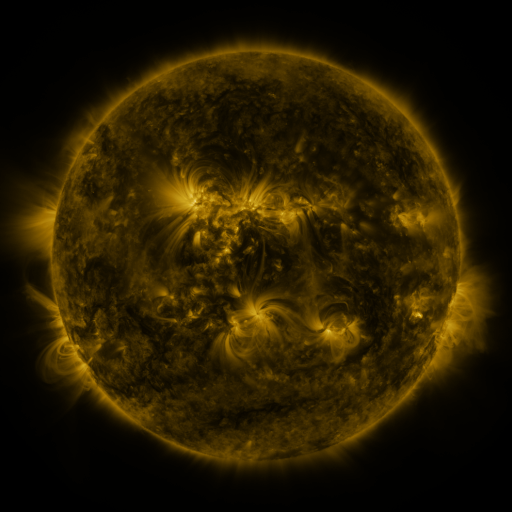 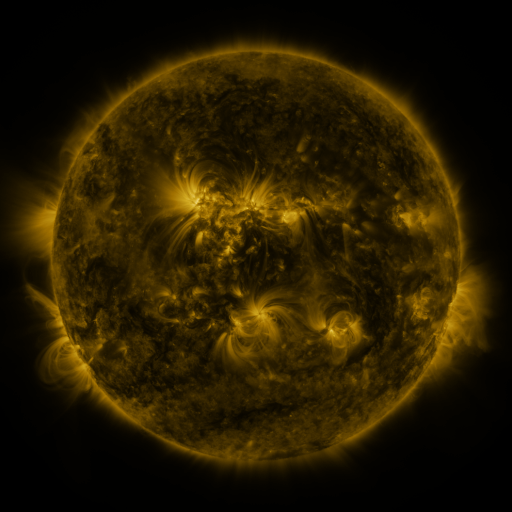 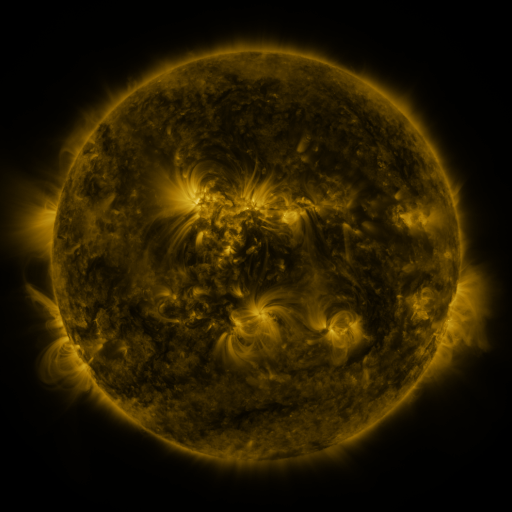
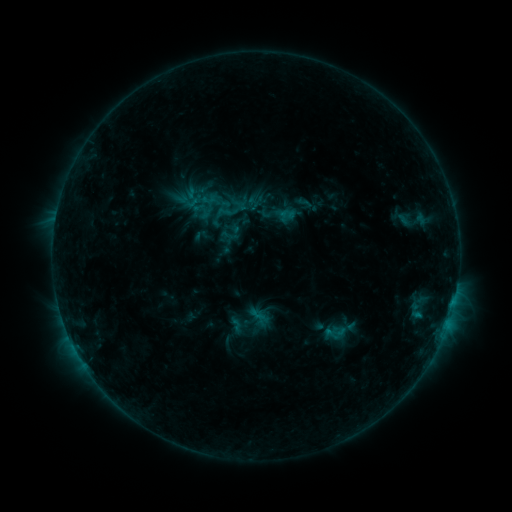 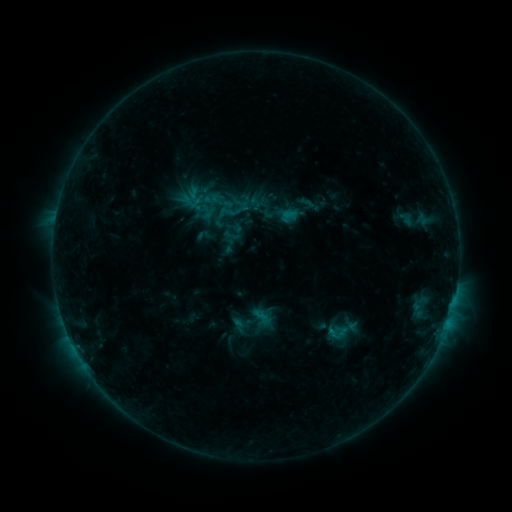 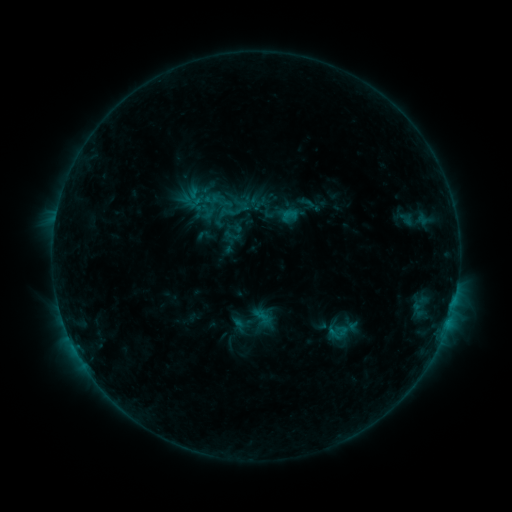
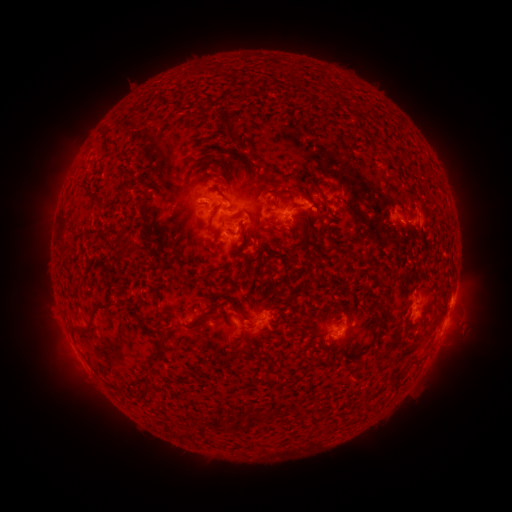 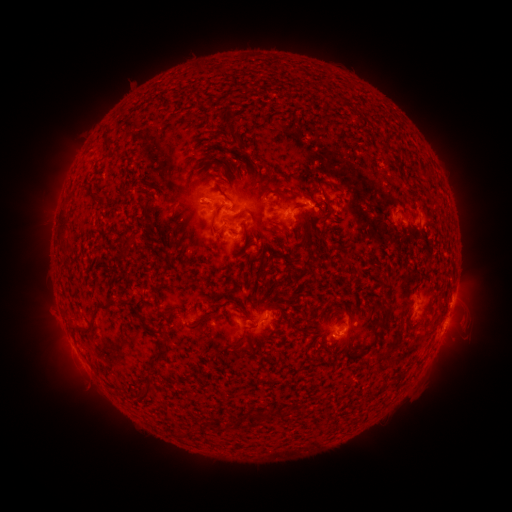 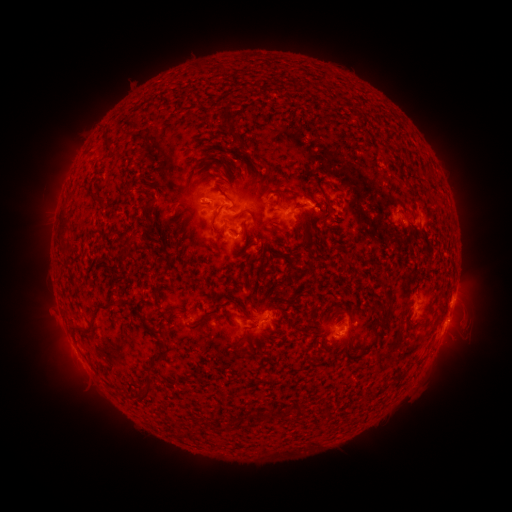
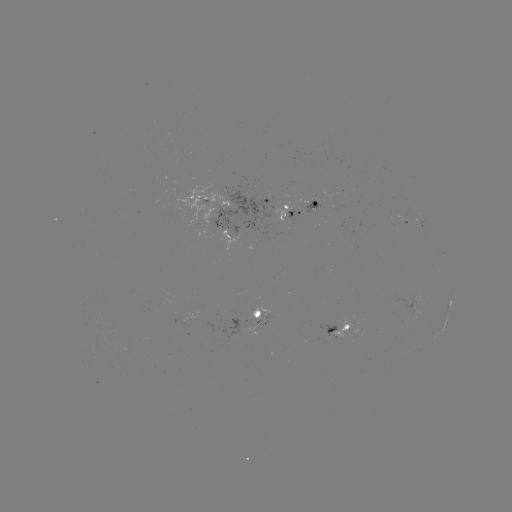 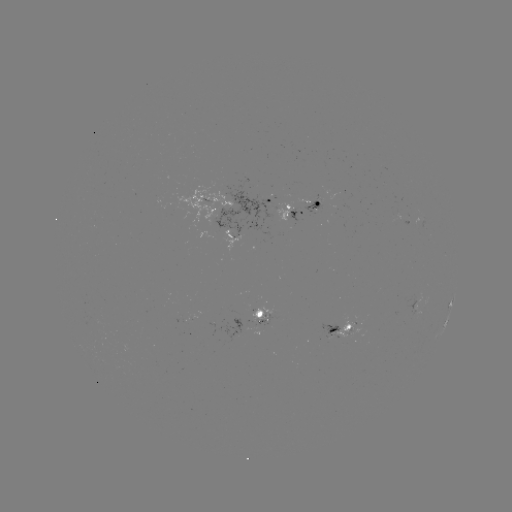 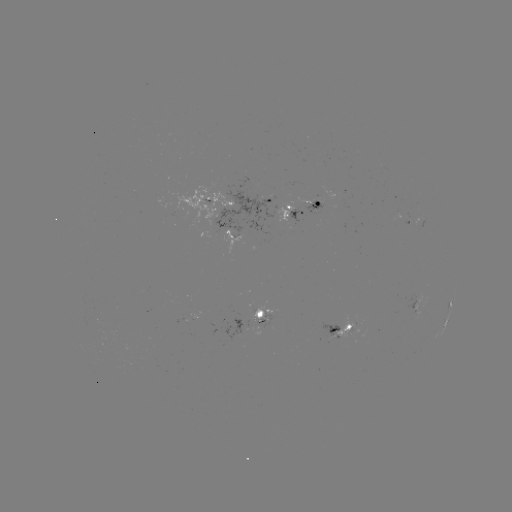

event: emerging-flux region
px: (254, 317)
